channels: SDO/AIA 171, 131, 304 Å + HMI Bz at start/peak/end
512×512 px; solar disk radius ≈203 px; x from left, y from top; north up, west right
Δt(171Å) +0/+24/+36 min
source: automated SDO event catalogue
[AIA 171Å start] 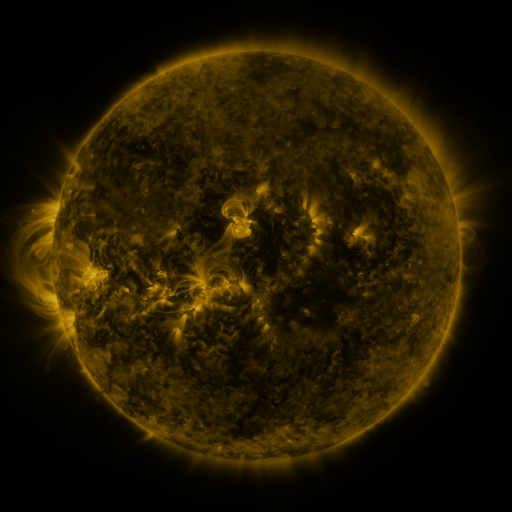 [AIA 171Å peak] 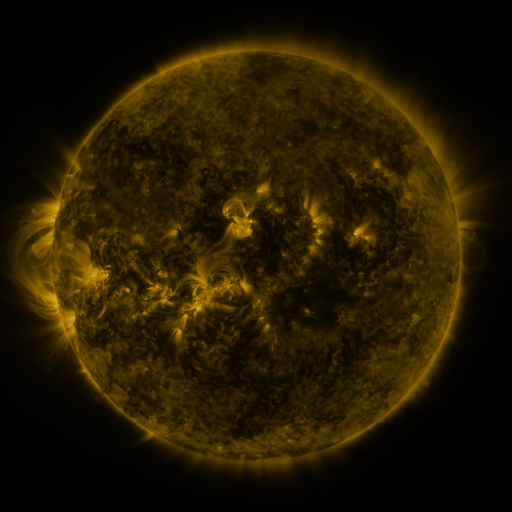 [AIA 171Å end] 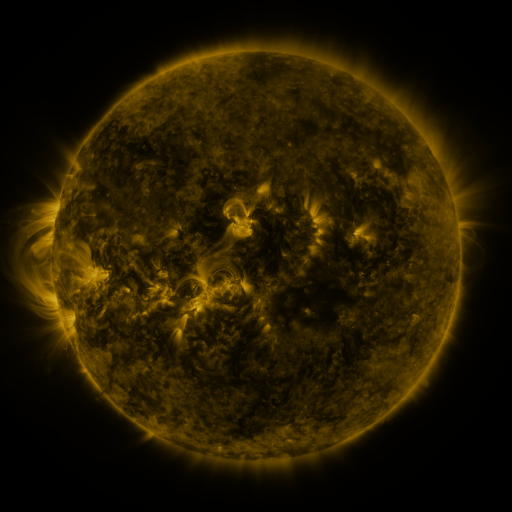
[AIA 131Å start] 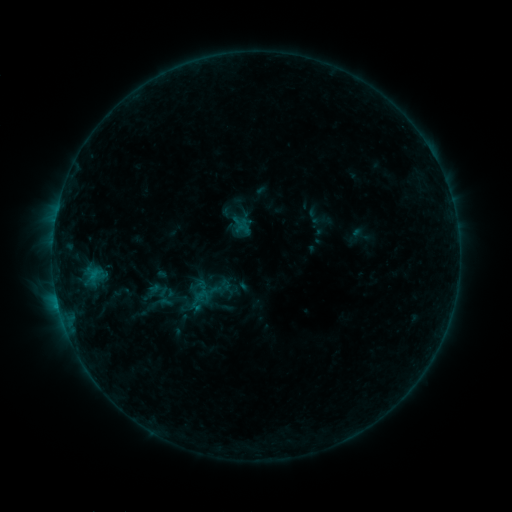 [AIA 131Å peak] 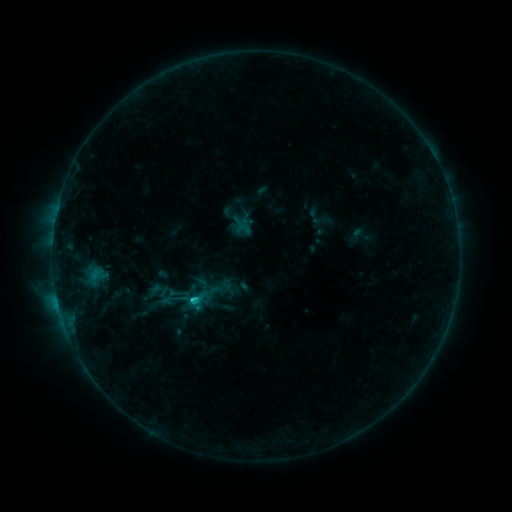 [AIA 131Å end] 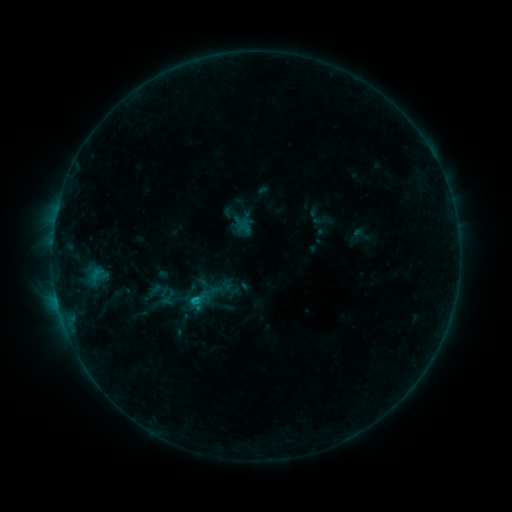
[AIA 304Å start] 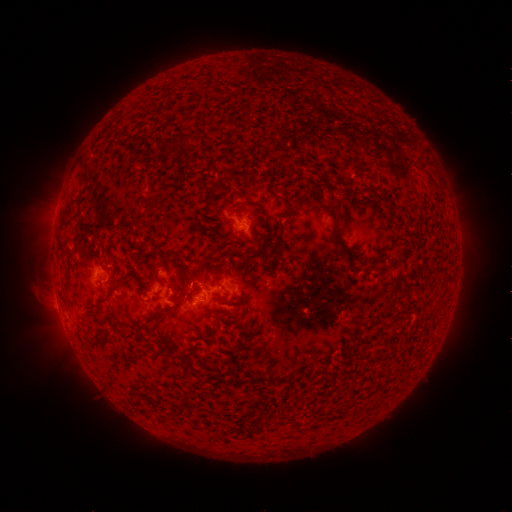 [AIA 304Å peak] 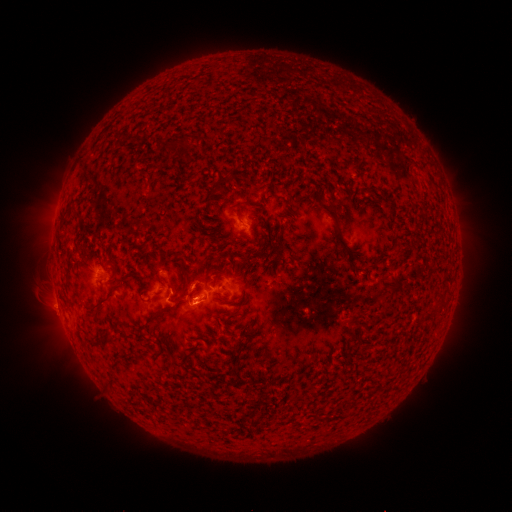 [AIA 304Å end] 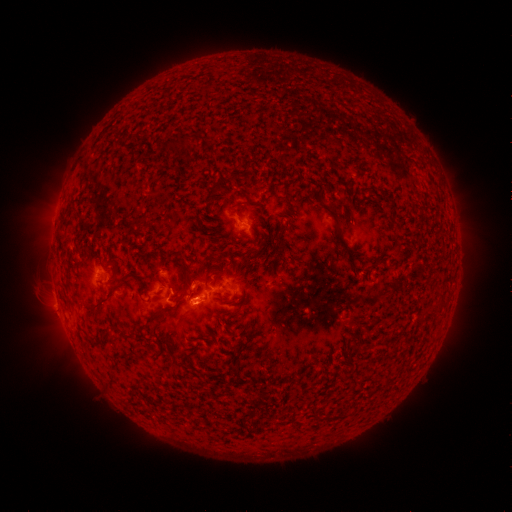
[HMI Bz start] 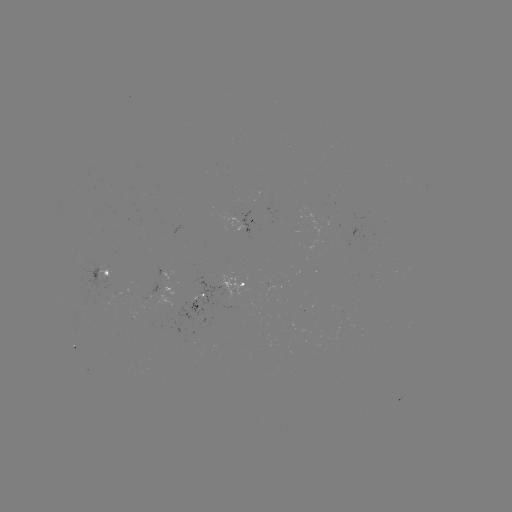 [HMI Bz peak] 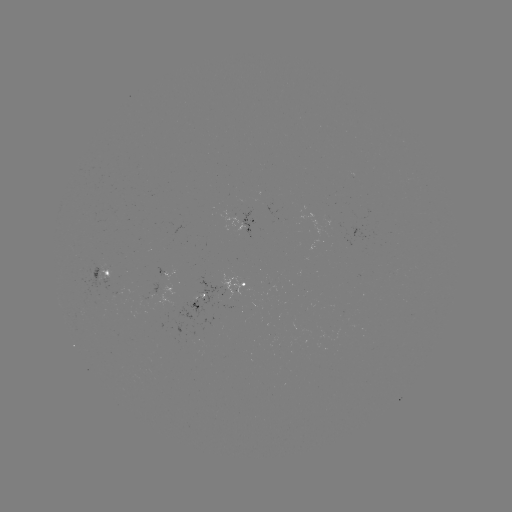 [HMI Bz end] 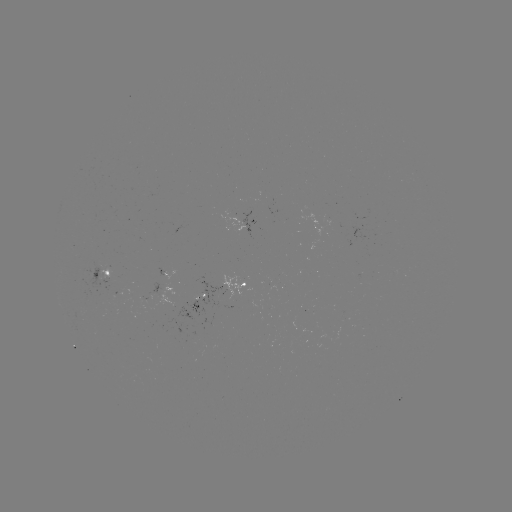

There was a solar flare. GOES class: C1.4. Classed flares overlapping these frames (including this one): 1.